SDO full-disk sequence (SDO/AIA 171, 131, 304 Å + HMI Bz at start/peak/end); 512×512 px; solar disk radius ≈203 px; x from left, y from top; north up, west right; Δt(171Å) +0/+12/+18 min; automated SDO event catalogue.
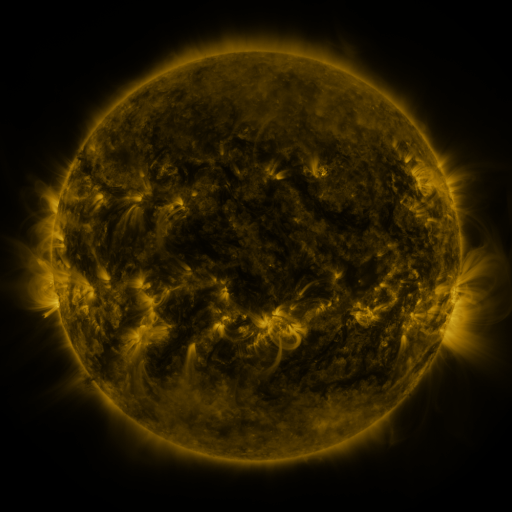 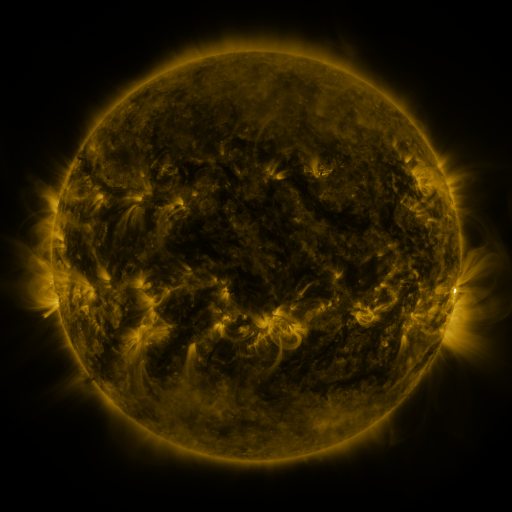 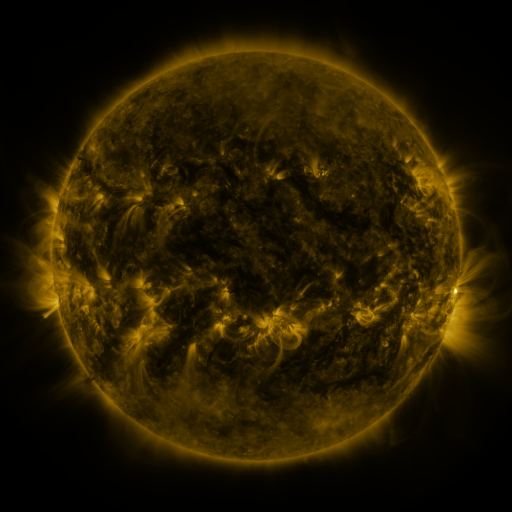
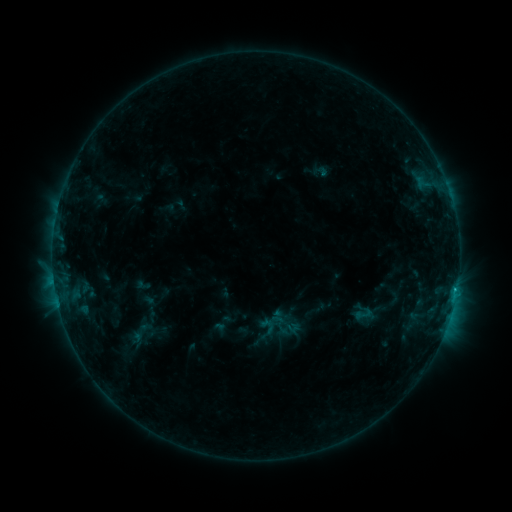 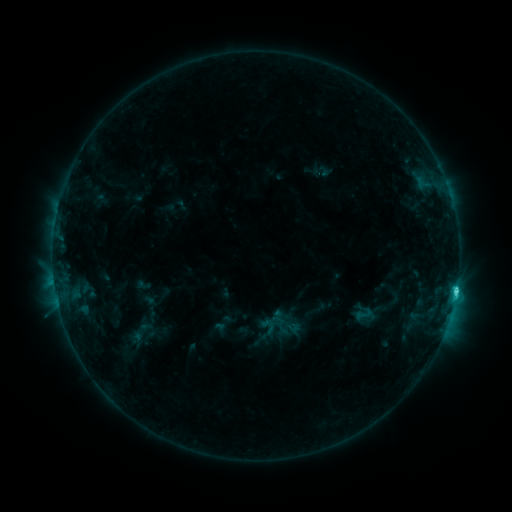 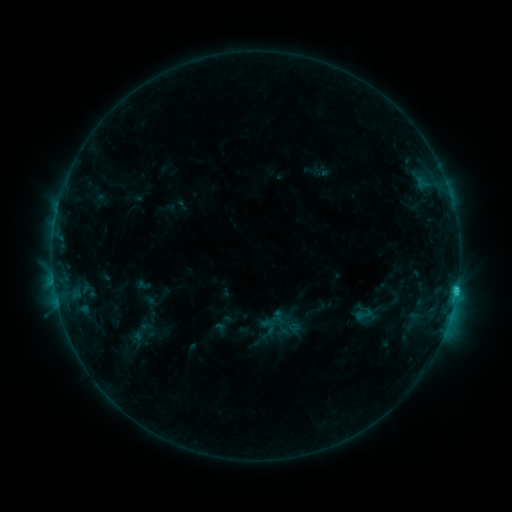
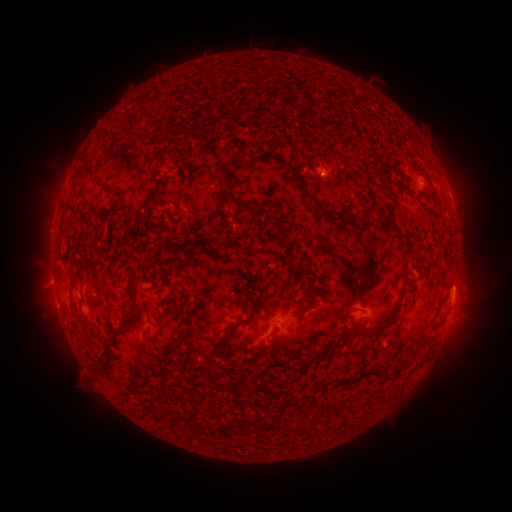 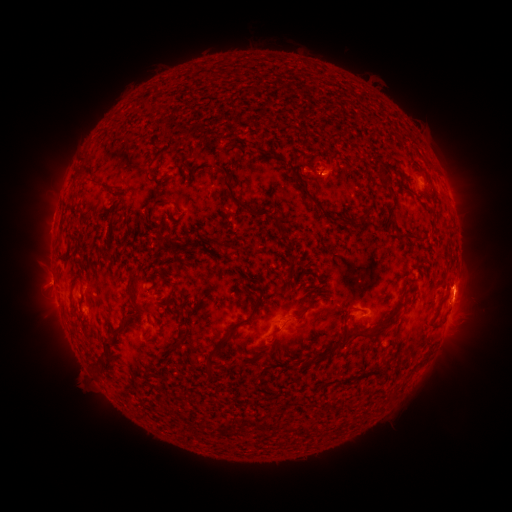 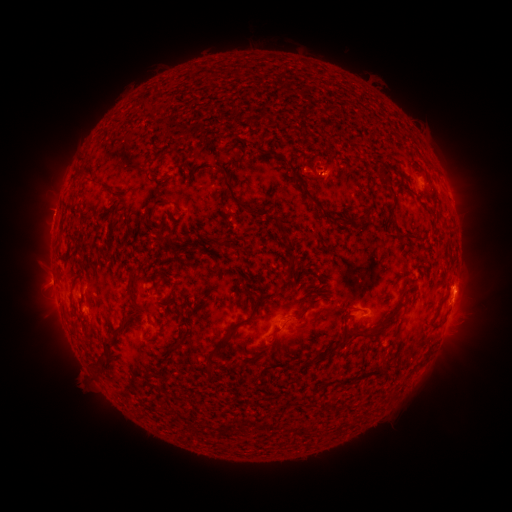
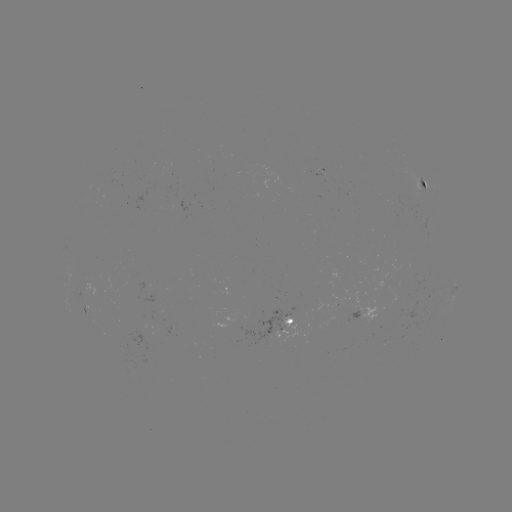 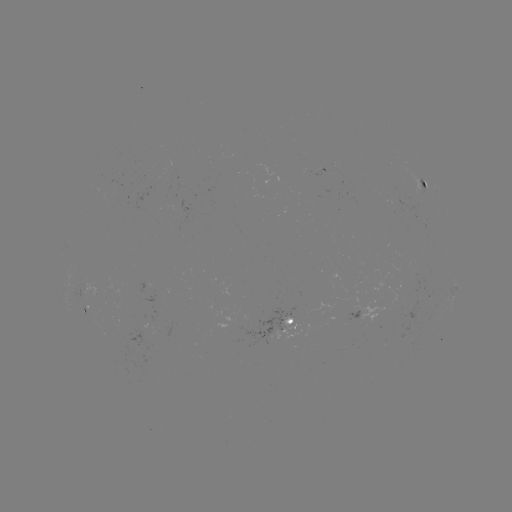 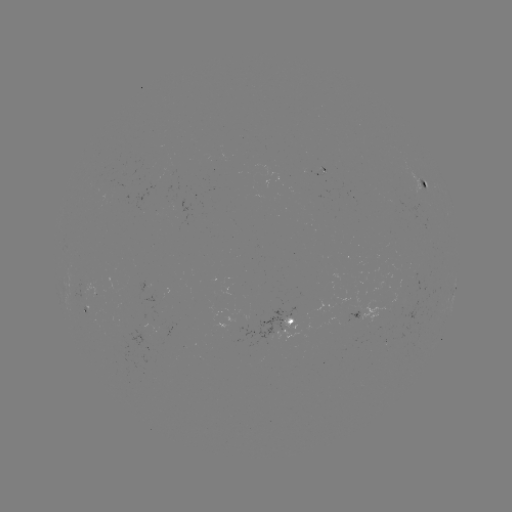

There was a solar flare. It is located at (456, 290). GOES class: C2.4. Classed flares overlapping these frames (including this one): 1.